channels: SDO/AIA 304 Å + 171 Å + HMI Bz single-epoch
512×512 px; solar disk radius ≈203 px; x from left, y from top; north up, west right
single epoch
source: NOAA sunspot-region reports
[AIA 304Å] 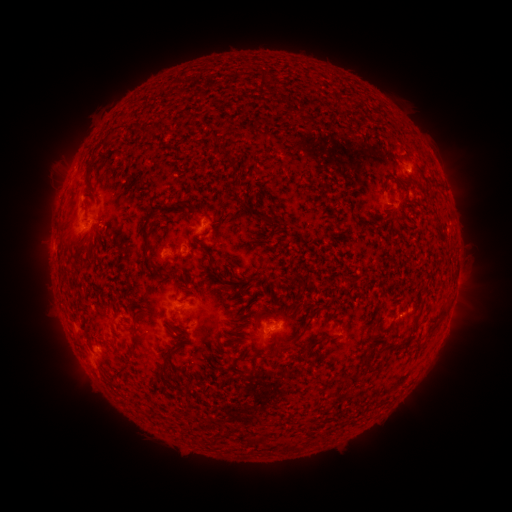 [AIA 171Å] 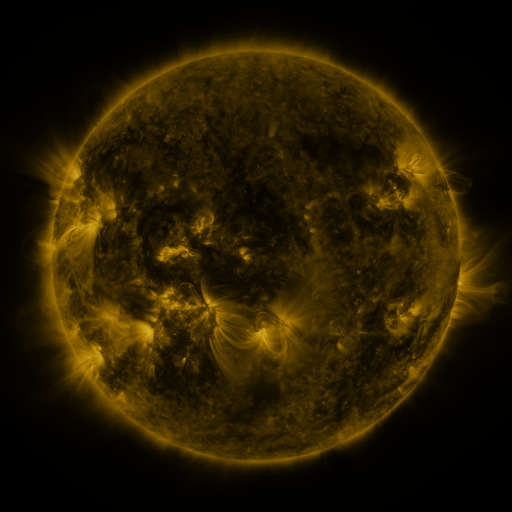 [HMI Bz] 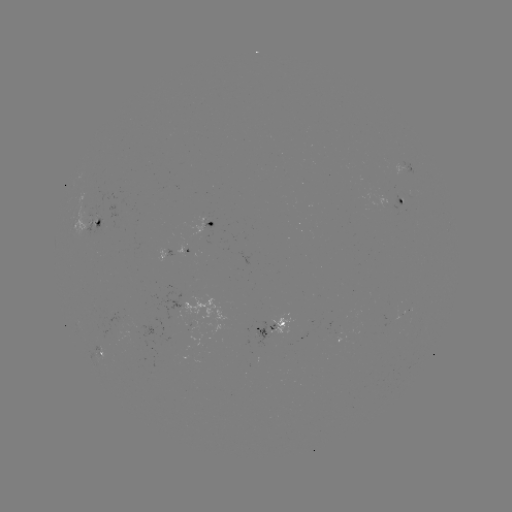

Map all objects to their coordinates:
spotted active region: (405, 171)
spotted active region: (402, 199)
spotted active region: (208, 222)
spotted active region: (98, 226)
spotted active region: (163, 253)
spotted active region: (273, 328)
spotted active region: (99, 354)
